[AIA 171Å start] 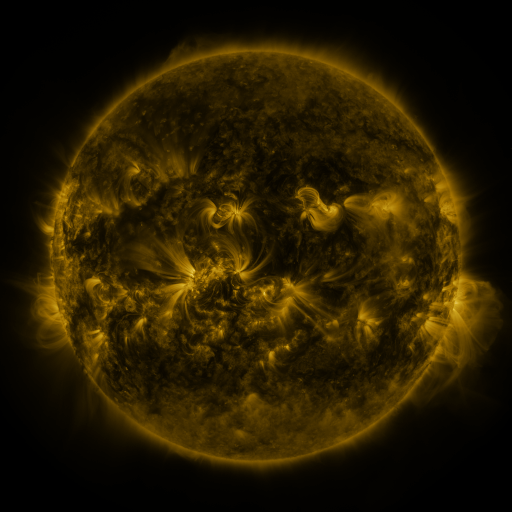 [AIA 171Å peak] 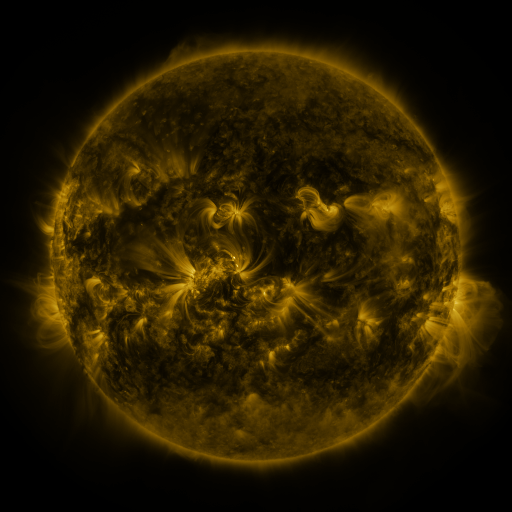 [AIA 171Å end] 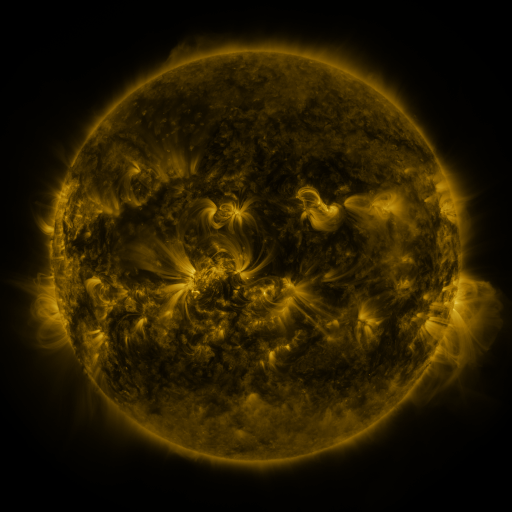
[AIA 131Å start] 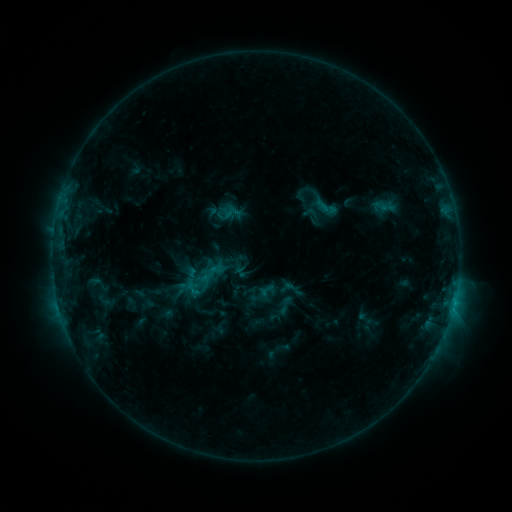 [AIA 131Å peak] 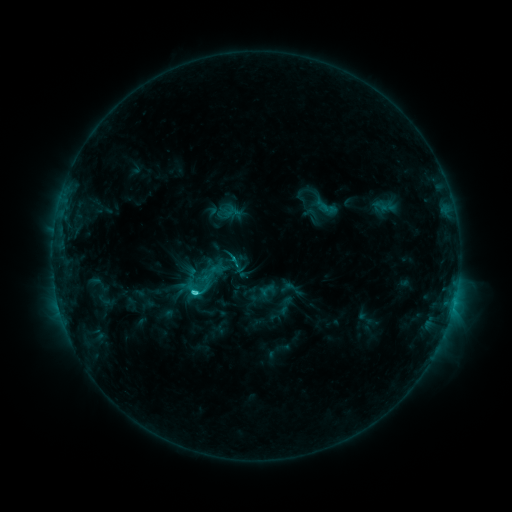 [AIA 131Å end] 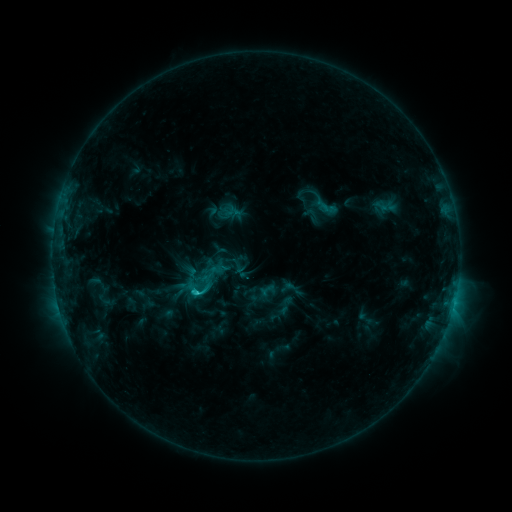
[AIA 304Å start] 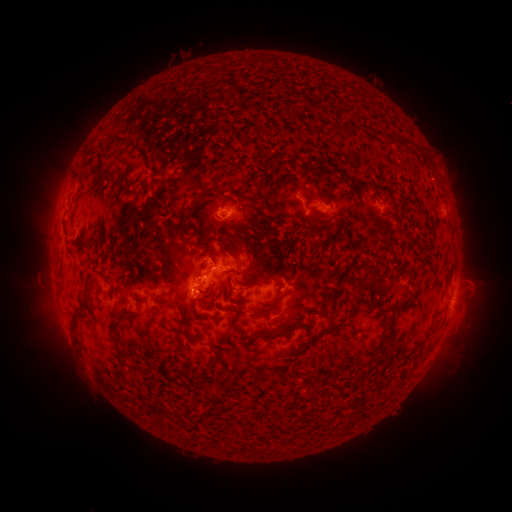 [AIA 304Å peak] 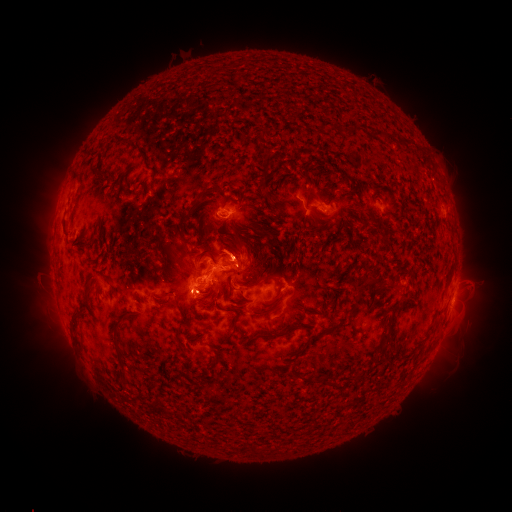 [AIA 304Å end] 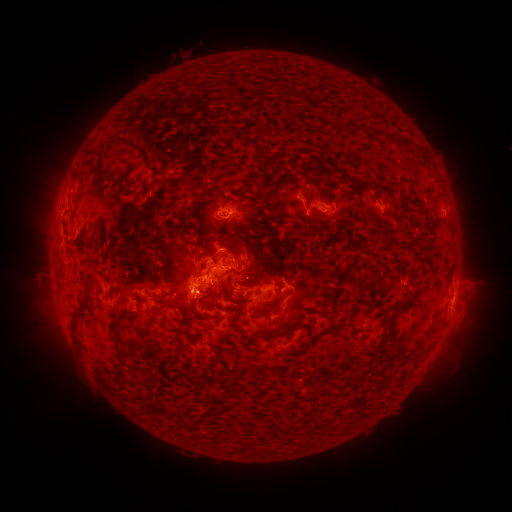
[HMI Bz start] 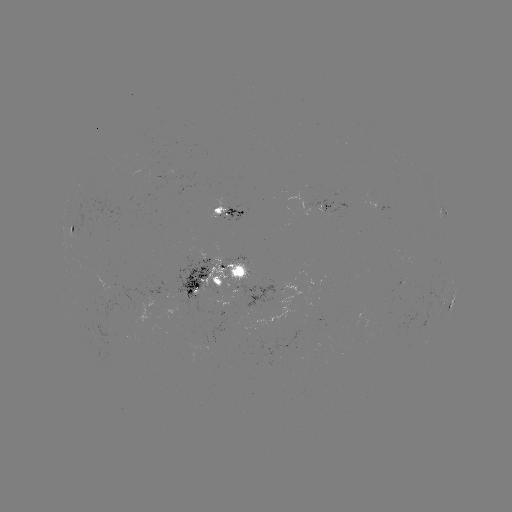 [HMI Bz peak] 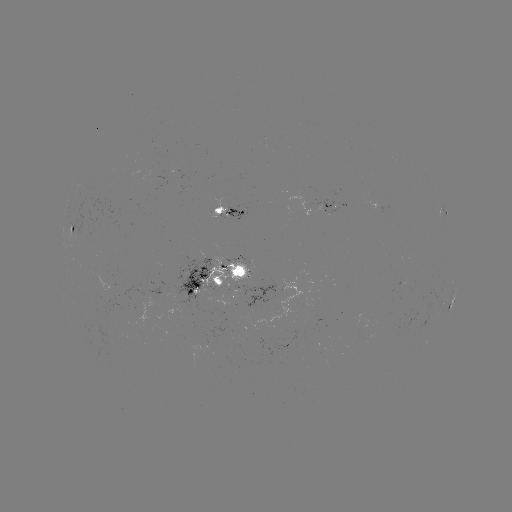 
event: flare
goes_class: C2.6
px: (197, 289)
